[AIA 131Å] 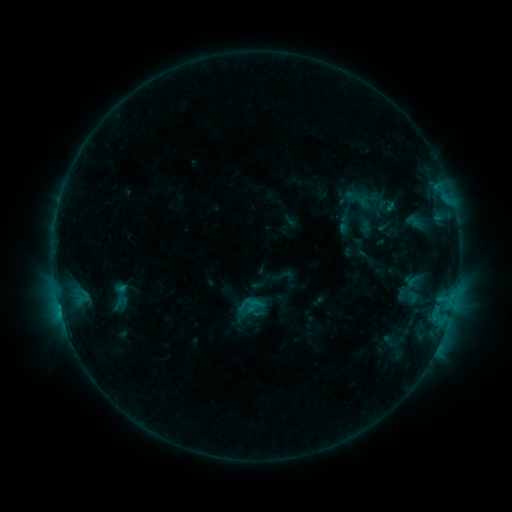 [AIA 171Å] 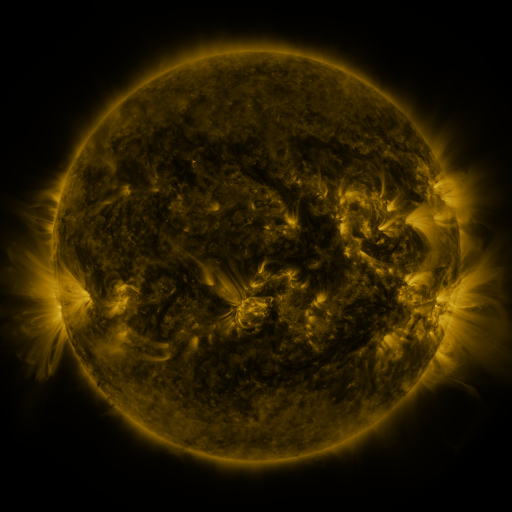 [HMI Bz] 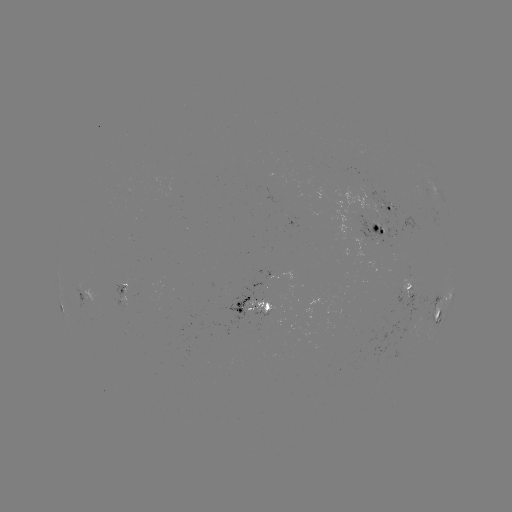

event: sigmoid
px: (413, 222)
